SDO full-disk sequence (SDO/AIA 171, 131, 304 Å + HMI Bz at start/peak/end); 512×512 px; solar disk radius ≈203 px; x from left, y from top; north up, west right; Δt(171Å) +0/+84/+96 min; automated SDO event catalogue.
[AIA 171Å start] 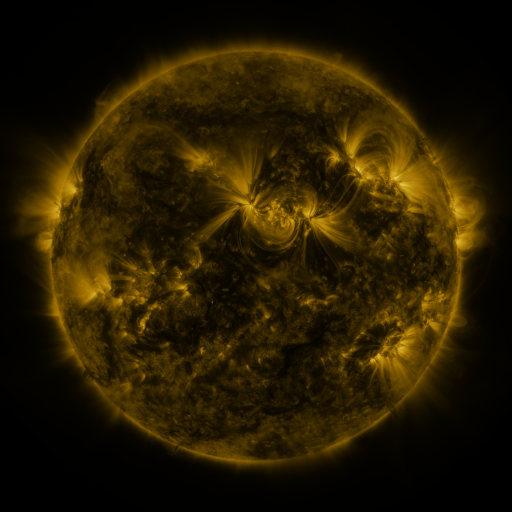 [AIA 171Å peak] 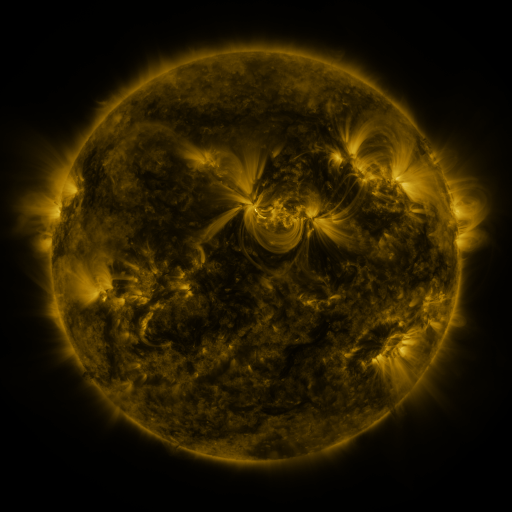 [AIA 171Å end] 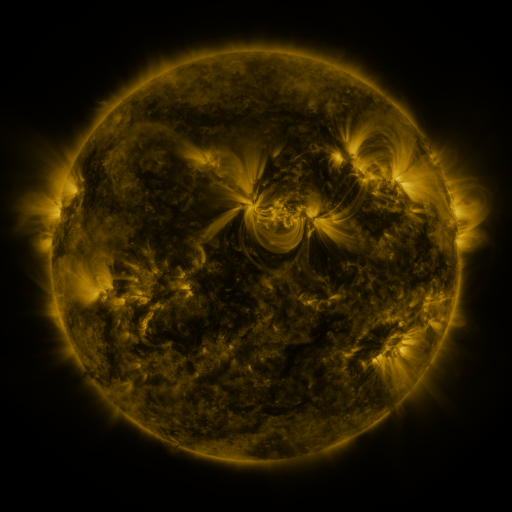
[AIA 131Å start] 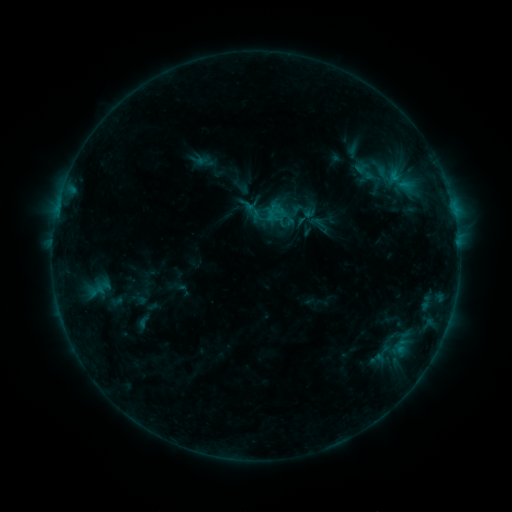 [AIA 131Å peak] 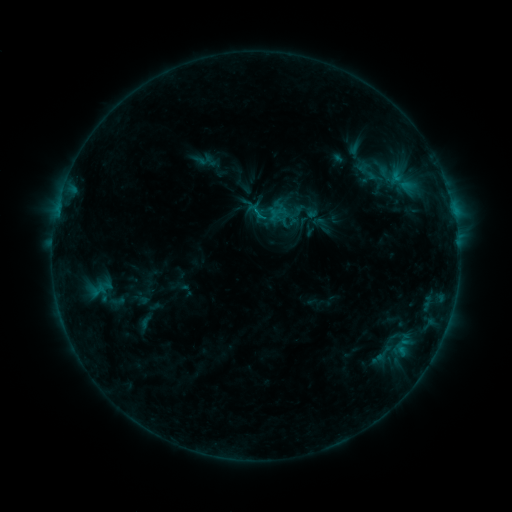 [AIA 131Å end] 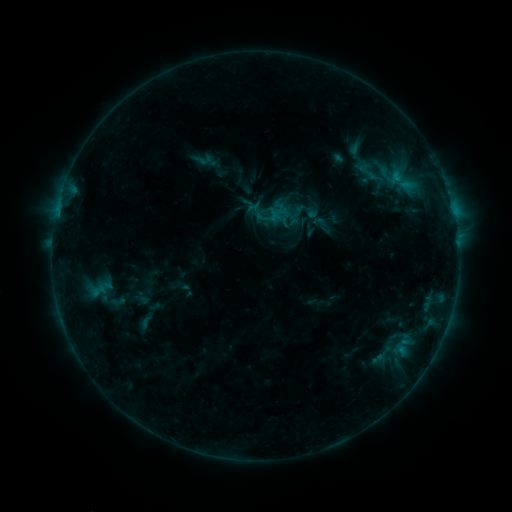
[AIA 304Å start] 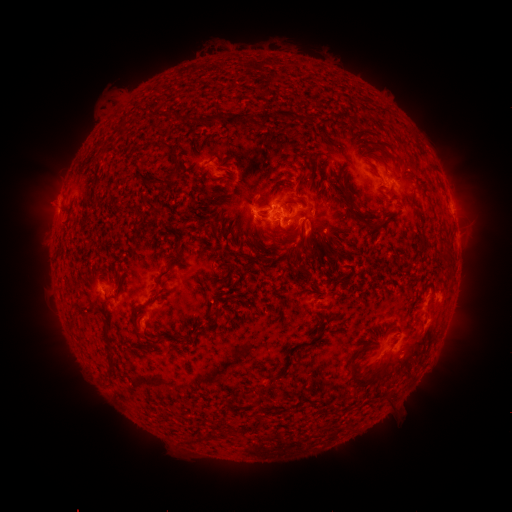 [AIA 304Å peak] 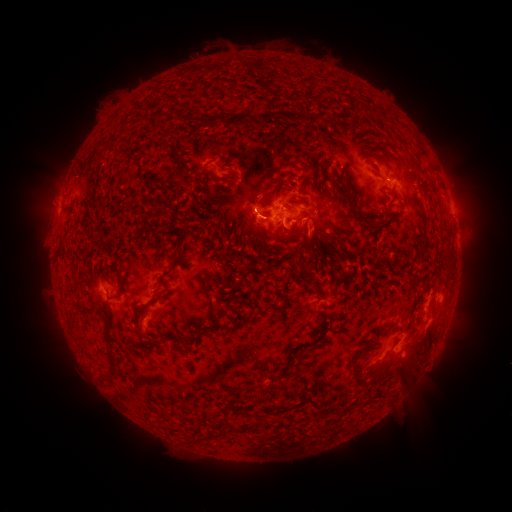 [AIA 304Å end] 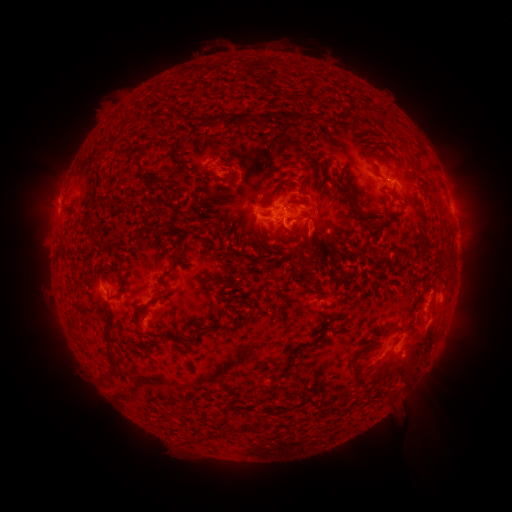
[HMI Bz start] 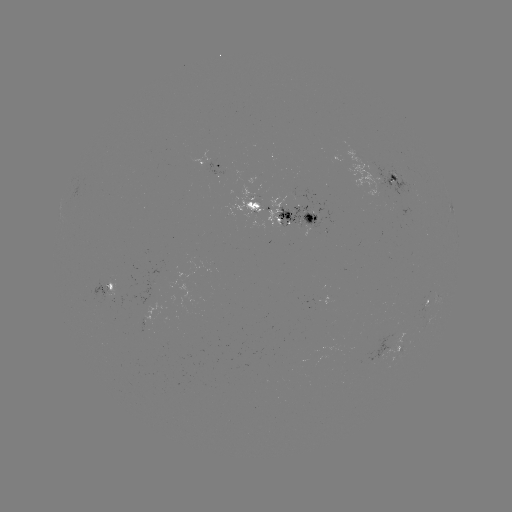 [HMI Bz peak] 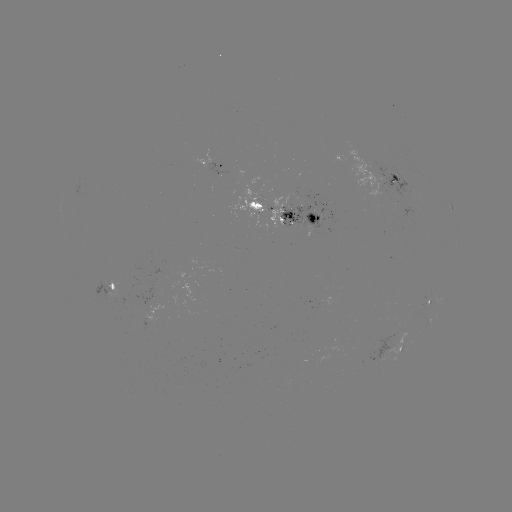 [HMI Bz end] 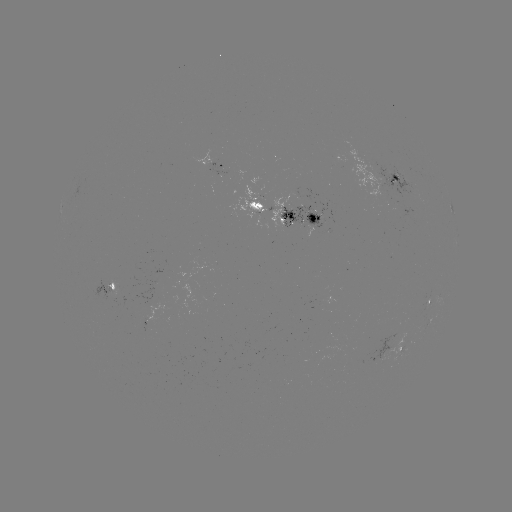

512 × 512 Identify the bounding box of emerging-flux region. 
[336, 143, 396, 203].